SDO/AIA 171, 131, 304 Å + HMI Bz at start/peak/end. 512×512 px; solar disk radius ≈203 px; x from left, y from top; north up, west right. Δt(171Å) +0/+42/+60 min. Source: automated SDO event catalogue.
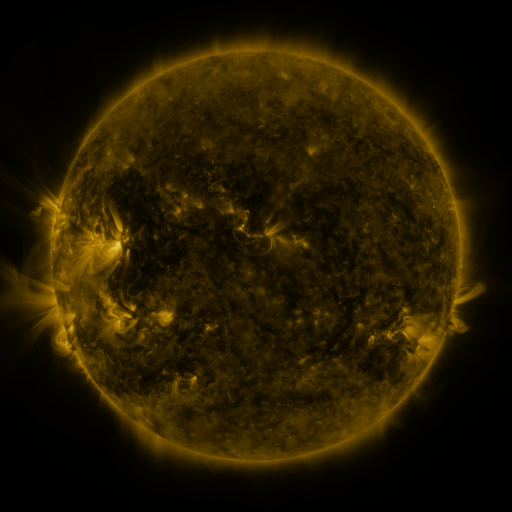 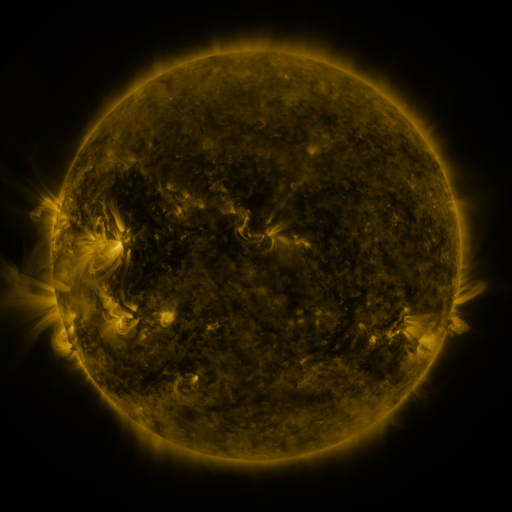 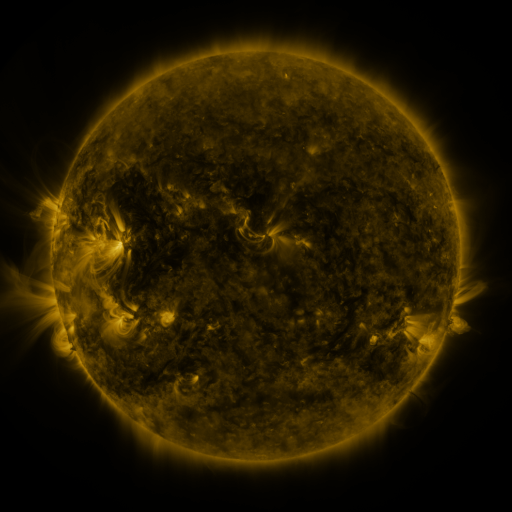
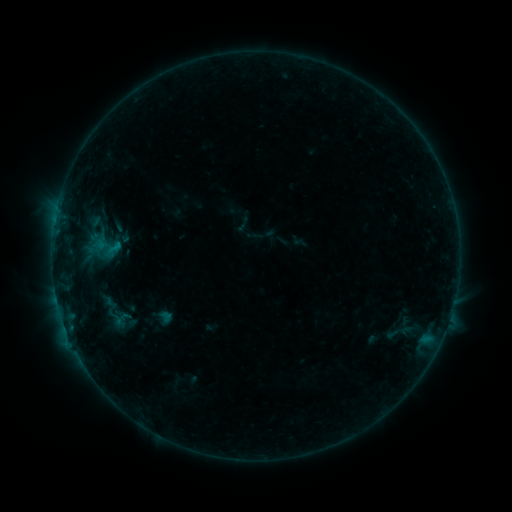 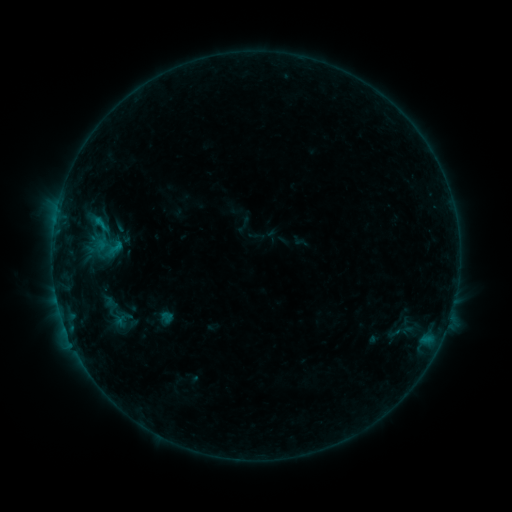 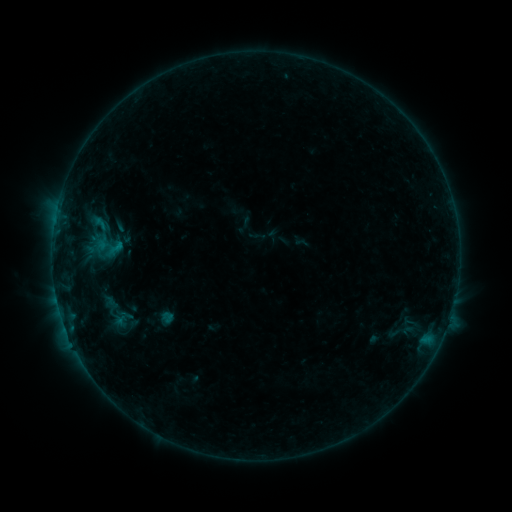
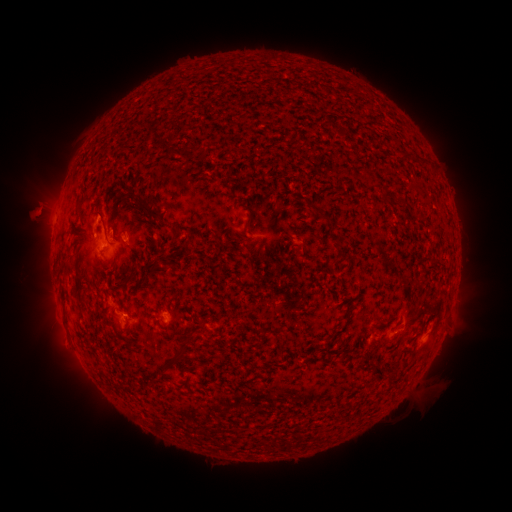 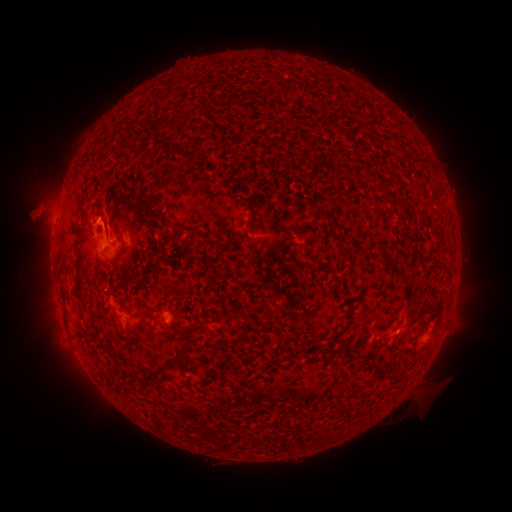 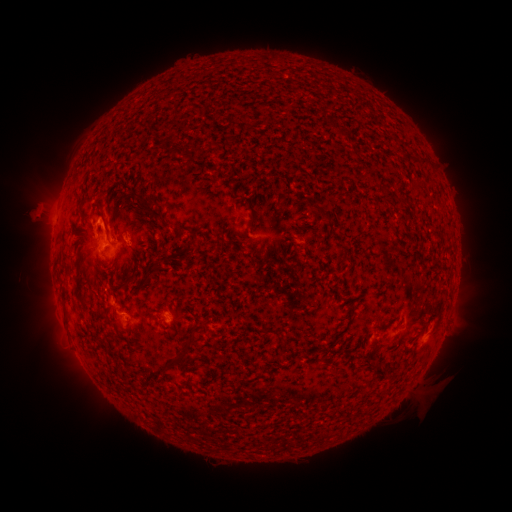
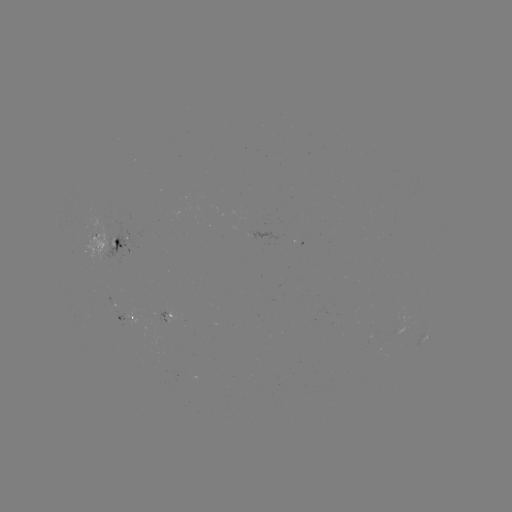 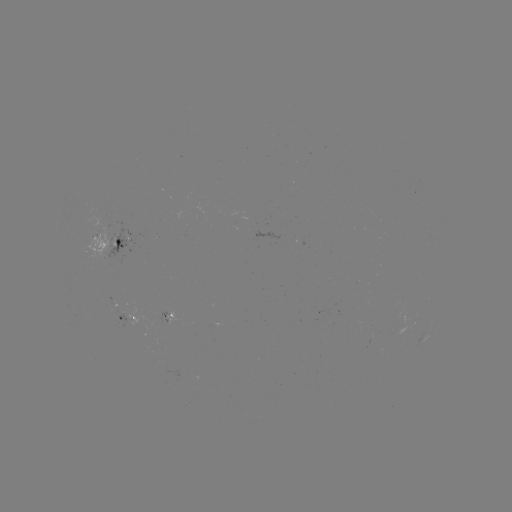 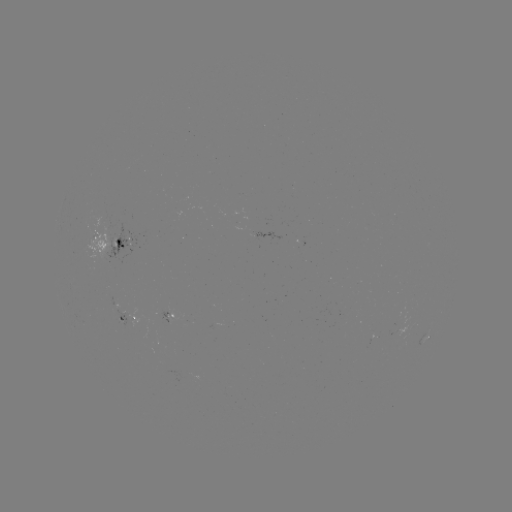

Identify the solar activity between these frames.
B7.2 flare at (99, 221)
